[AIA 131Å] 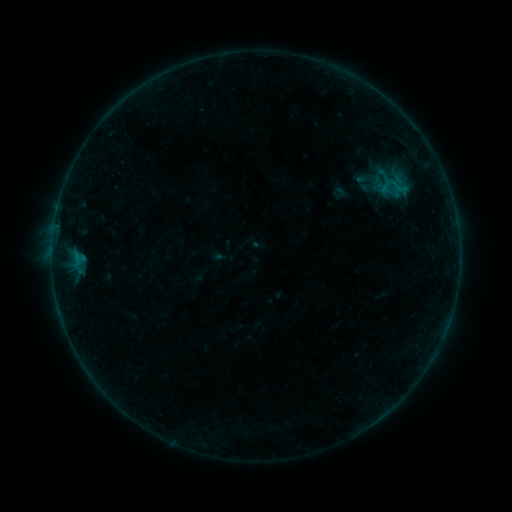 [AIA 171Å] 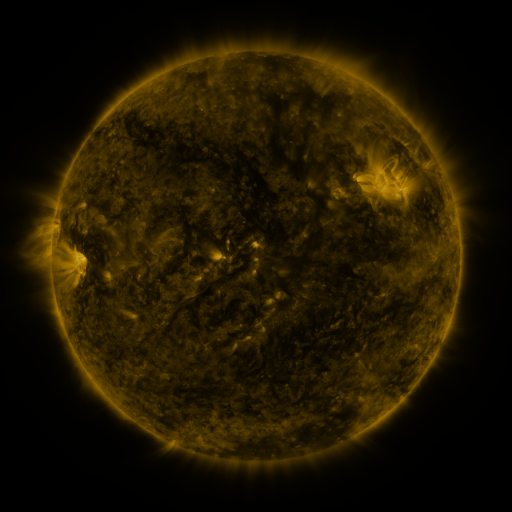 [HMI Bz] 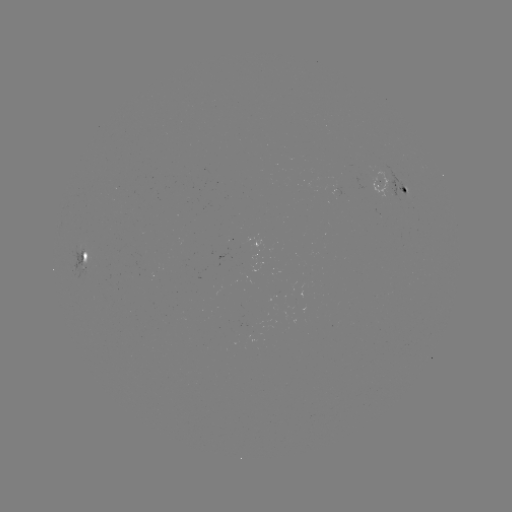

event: sigmoid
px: (340, 193)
